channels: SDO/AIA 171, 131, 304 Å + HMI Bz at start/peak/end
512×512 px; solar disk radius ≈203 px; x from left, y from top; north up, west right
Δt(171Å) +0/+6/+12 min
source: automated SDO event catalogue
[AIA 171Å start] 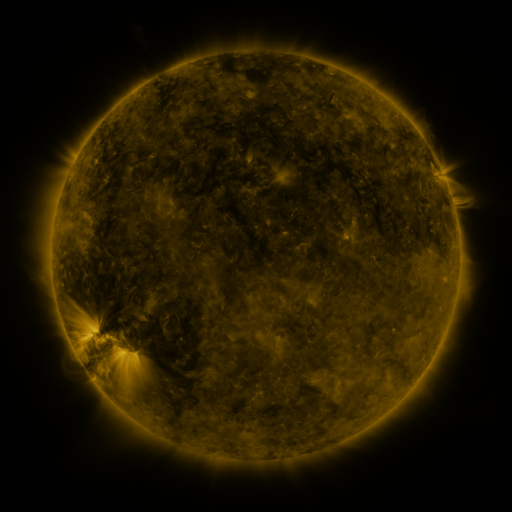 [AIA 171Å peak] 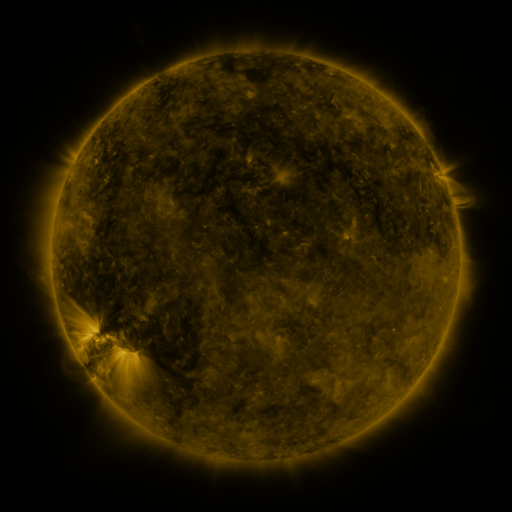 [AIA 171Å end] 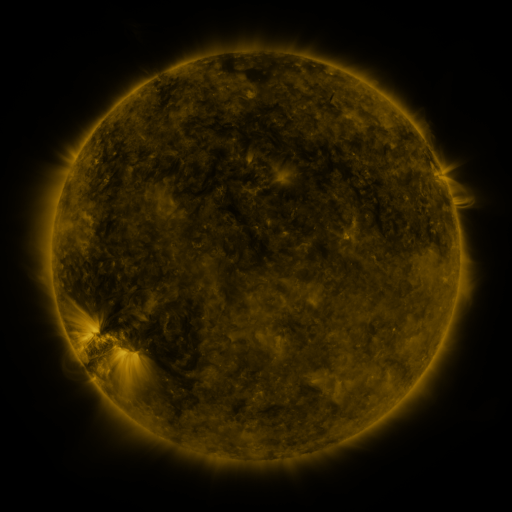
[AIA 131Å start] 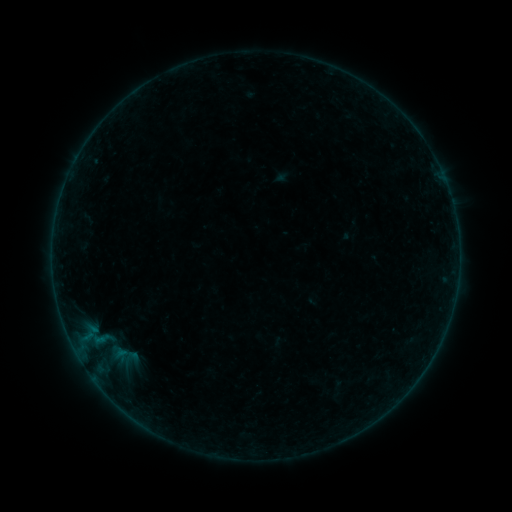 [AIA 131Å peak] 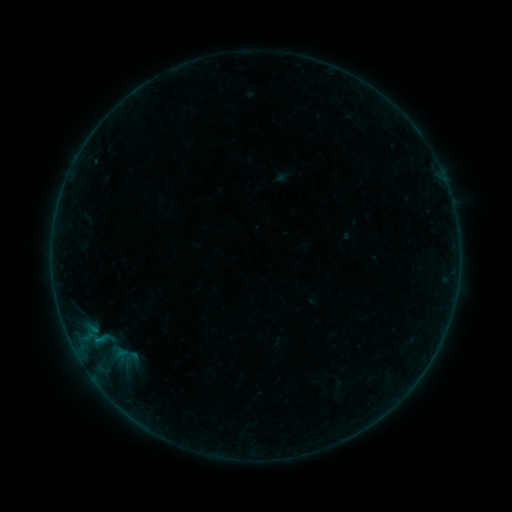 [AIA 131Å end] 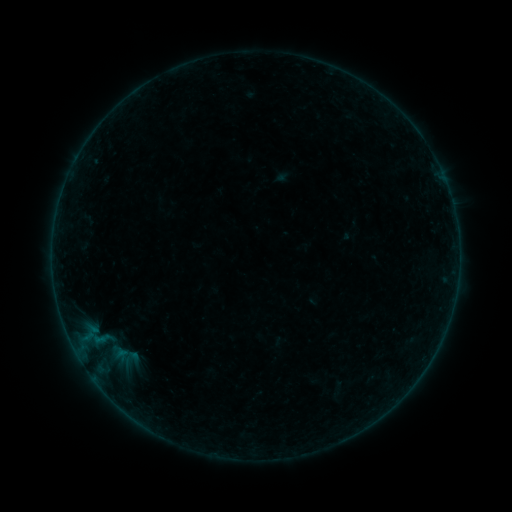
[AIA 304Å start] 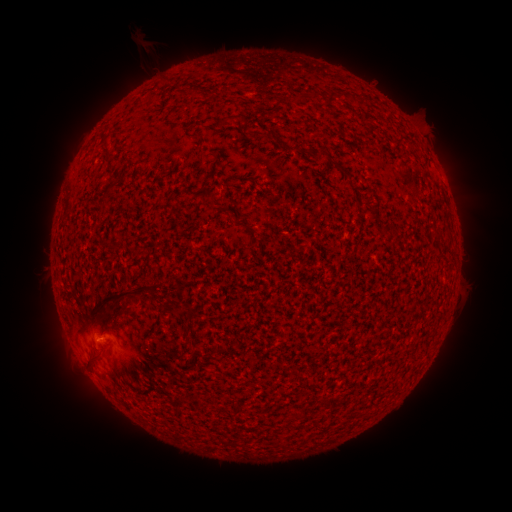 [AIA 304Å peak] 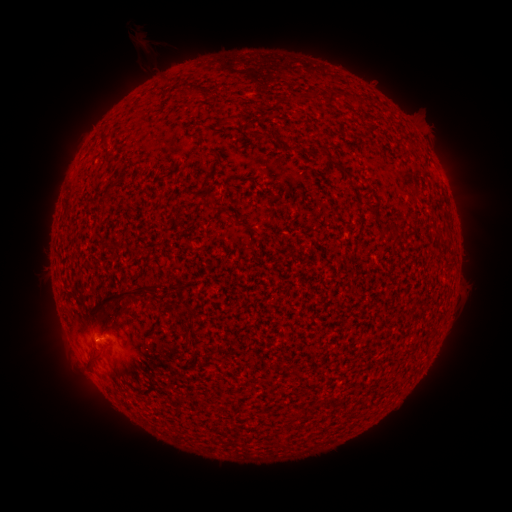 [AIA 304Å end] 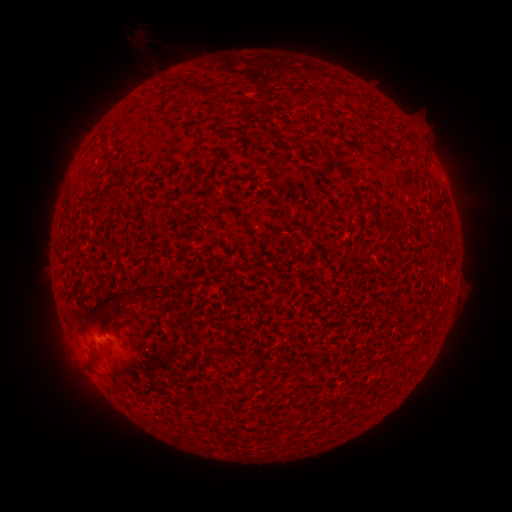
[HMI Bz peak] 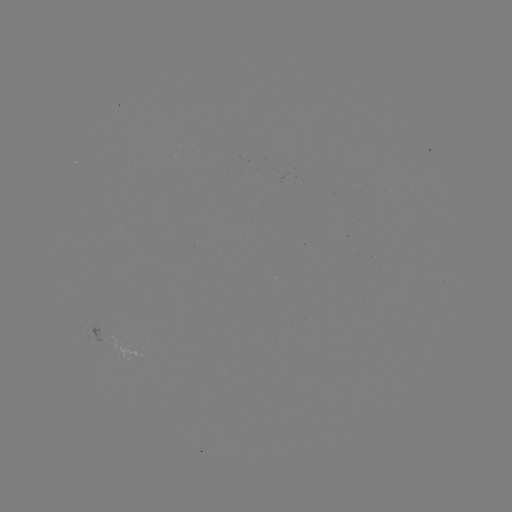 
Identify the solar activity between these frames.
B1.1 flare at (96, 339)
